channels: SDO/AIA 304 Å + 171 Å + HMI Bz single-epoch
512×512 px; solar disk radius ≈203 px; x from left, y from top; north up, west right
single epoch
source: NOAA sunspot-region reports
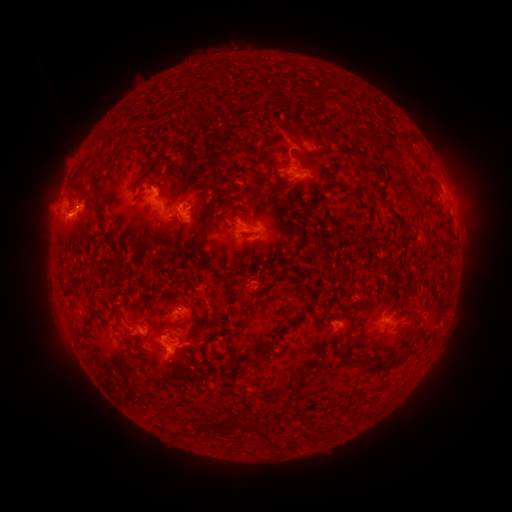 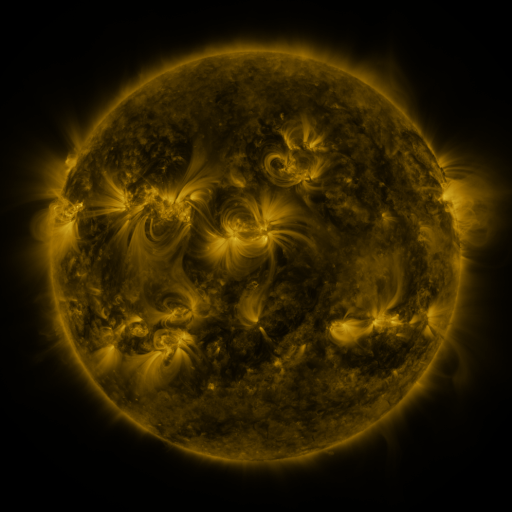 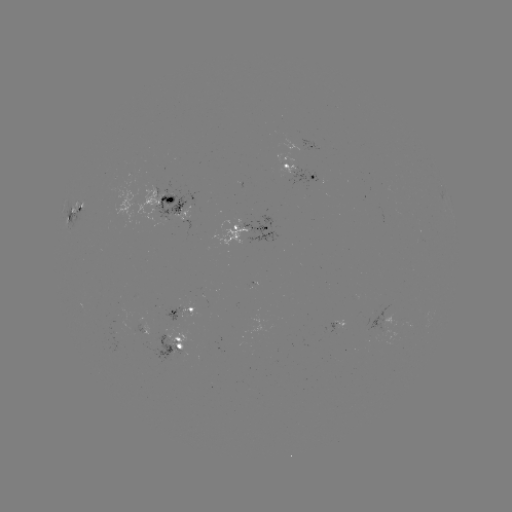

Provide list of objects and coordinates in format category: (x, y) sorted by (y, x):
spotted active region: (314, 149)
spotted active region: (295, 171)
spotted active region: (175, 201)
spotted active region: (77, 212)
spotted active region: (256, 228)
spotted active region: (183, 310)
spotted active region: (385, 322)
spotted active region: (171, 344)
